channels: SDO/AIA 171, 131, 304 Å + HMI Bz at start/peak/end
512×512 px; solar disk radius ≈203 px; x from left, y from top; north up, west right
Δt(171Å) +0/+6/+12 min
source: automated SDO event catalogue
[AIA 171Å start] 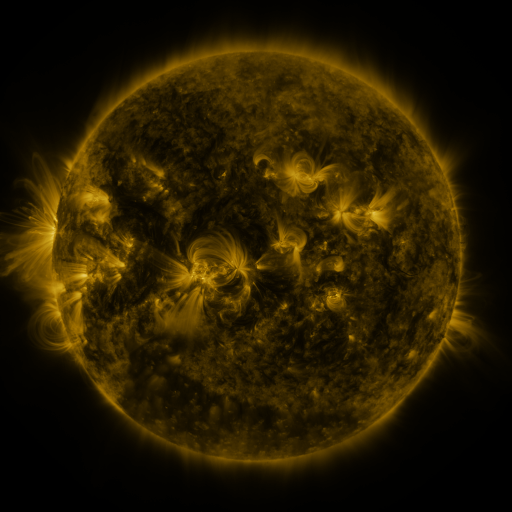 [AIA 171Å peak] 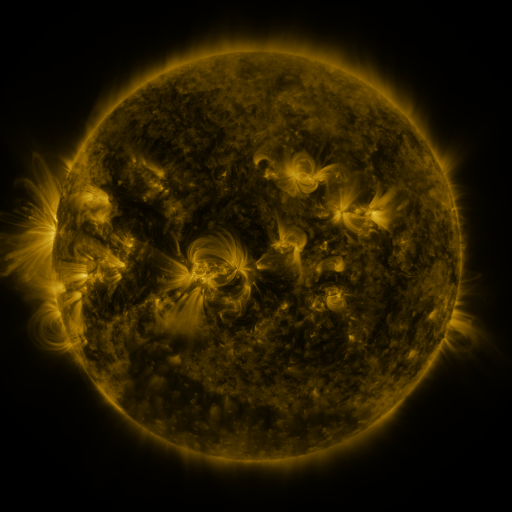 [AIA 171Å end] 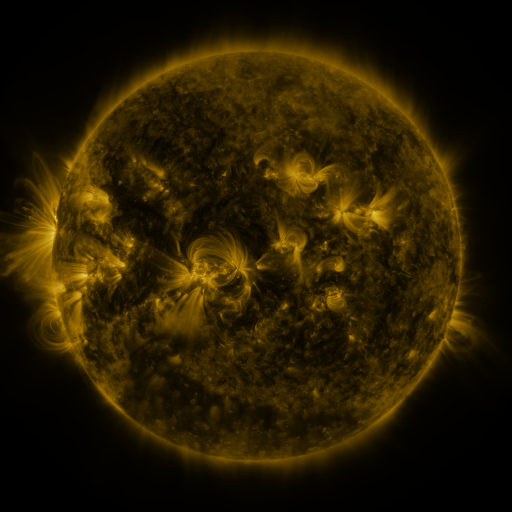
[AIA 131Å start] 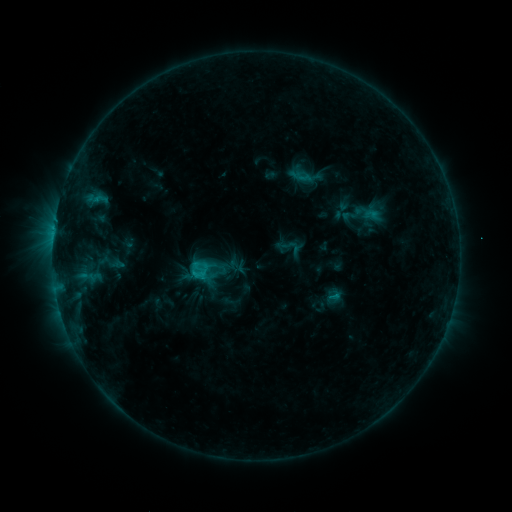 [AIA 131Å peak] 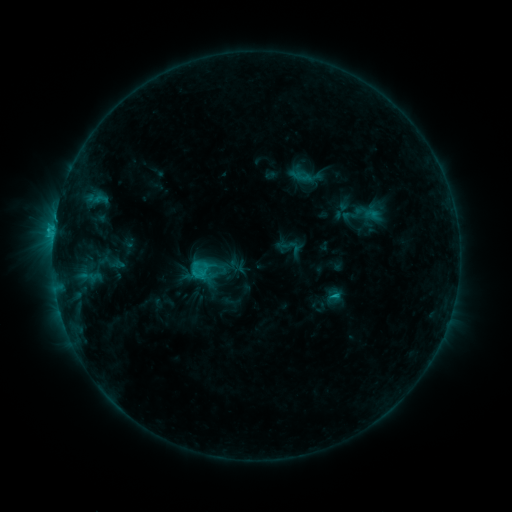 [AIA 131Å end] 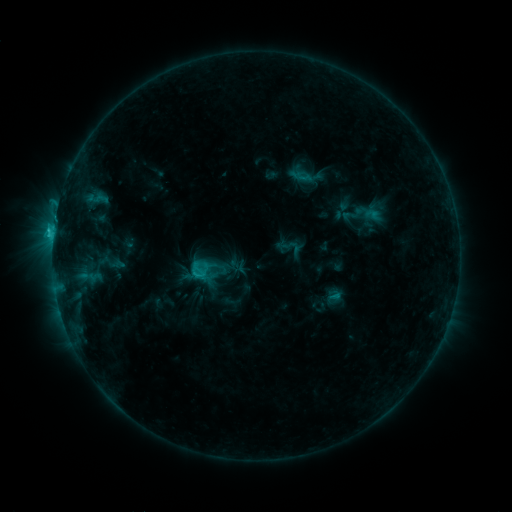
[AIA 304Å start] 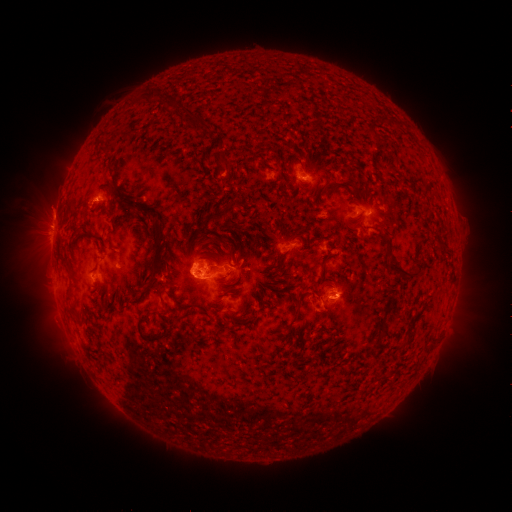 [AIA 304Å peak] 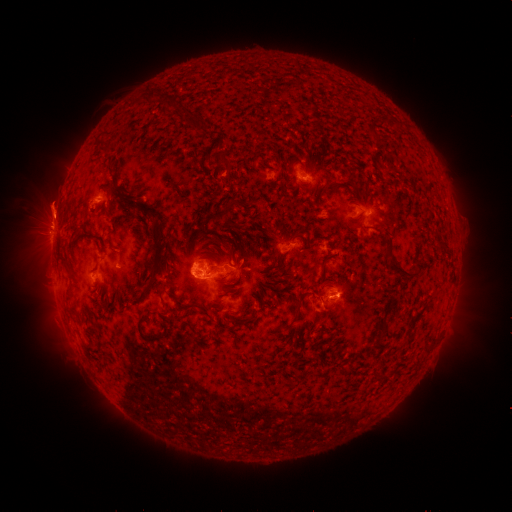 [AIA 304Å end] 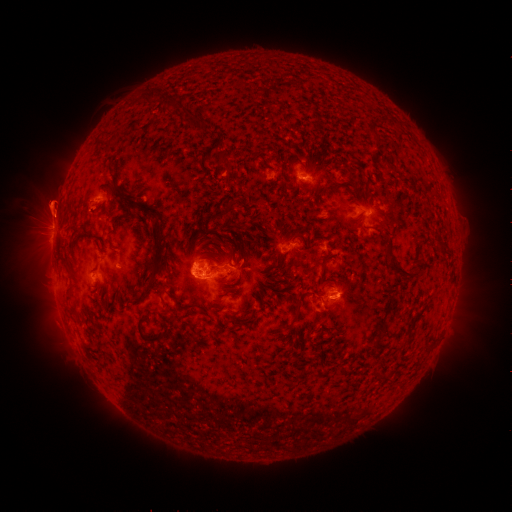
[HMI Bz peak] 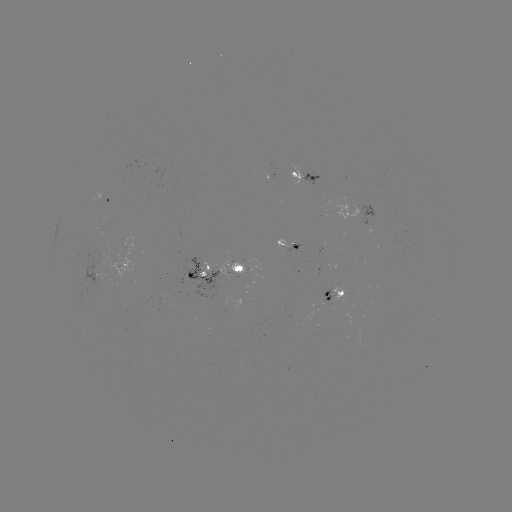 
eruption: <bbox>25, 180, 79, 230</bbox>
